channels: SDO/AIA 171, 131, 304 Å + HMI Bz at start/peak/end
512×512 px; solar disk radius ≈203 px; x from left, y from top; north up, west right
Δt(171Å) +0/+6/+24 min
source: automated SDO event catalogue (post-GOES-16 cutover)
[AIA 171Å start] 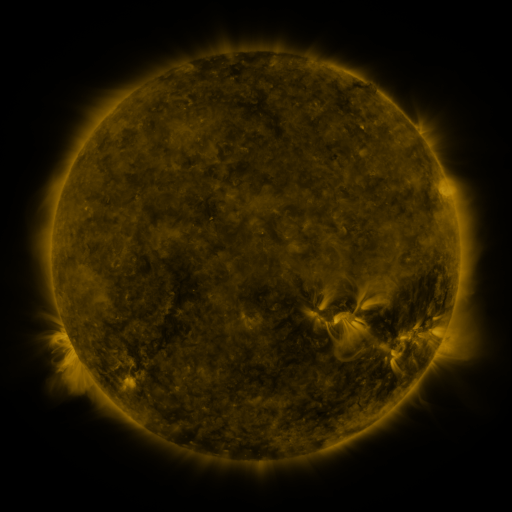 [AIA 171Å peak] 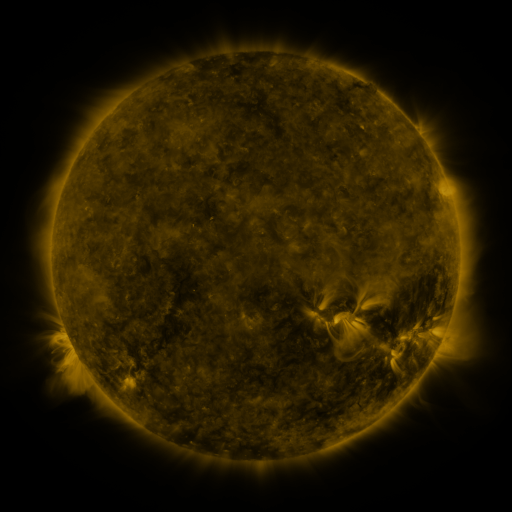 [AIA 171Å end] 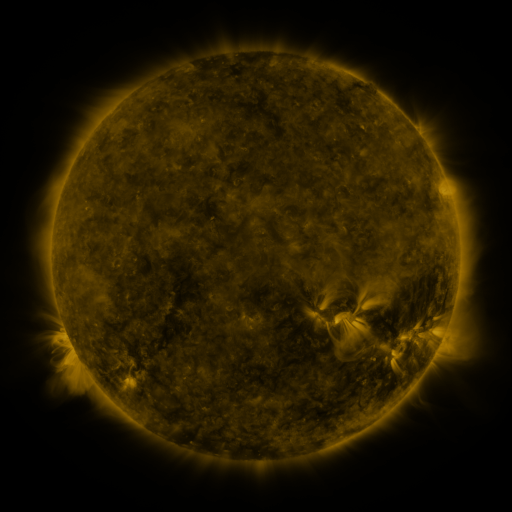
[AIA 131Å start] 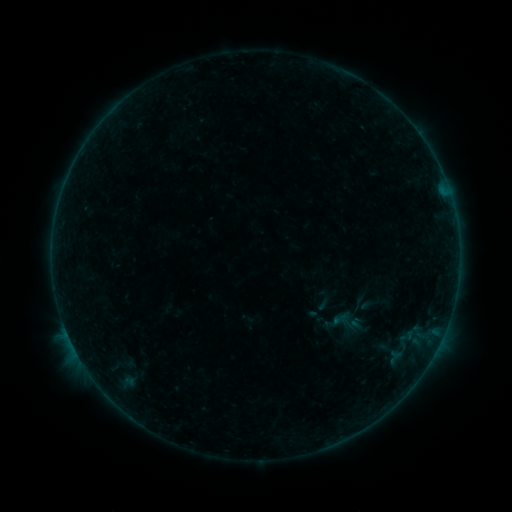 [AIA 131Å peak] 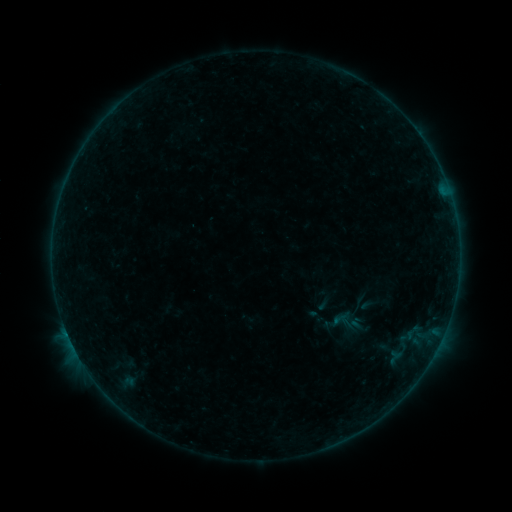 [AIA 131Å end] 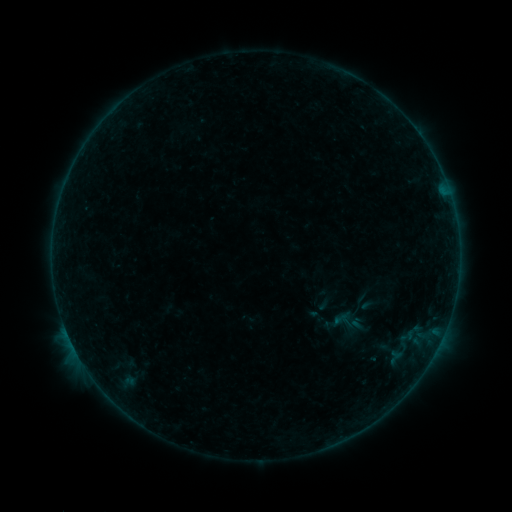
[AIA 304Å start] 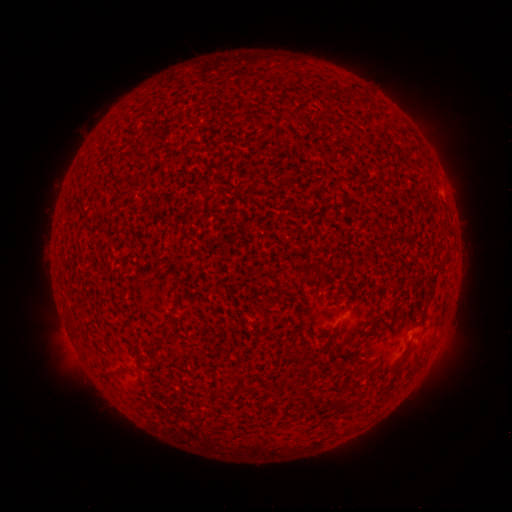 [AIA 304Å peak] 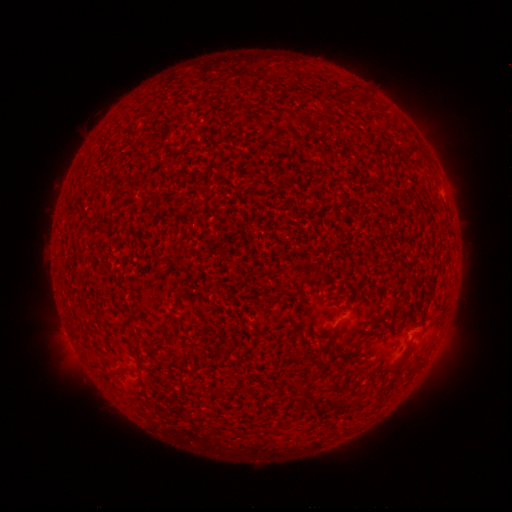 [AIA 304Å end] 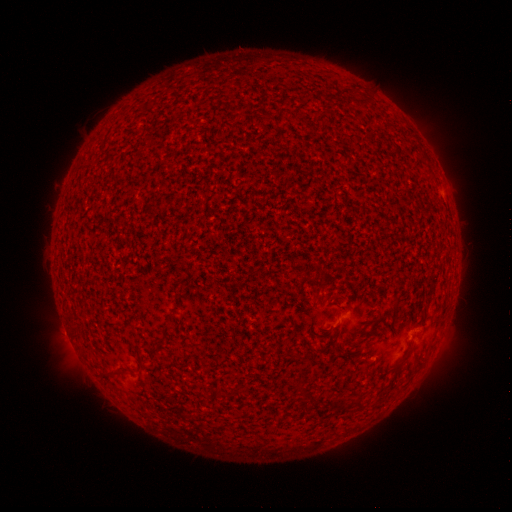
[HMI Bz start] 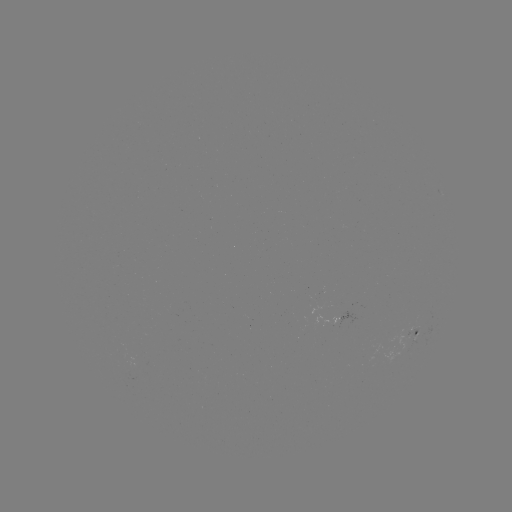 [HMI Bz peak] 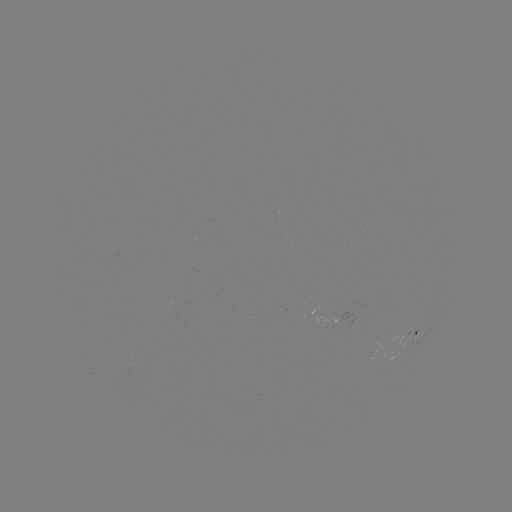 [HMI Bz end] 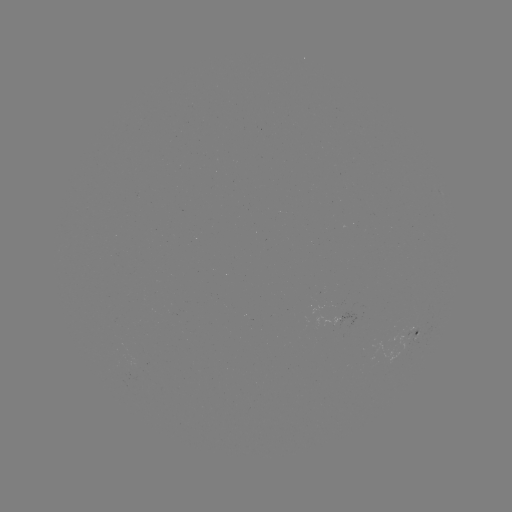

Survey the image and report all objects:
B1.9 flare: (67, 332)
